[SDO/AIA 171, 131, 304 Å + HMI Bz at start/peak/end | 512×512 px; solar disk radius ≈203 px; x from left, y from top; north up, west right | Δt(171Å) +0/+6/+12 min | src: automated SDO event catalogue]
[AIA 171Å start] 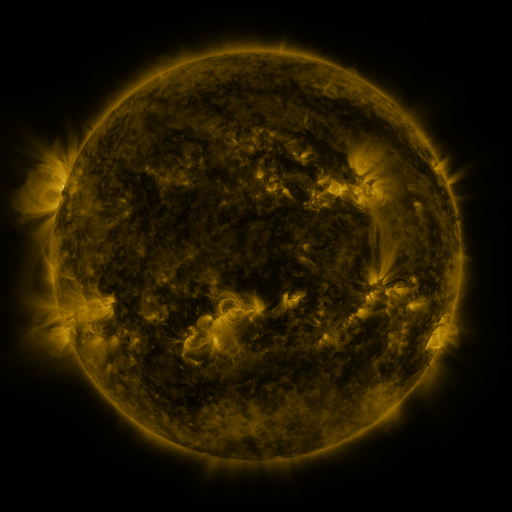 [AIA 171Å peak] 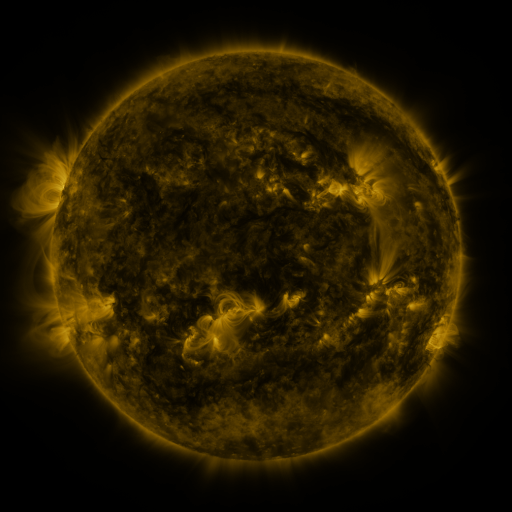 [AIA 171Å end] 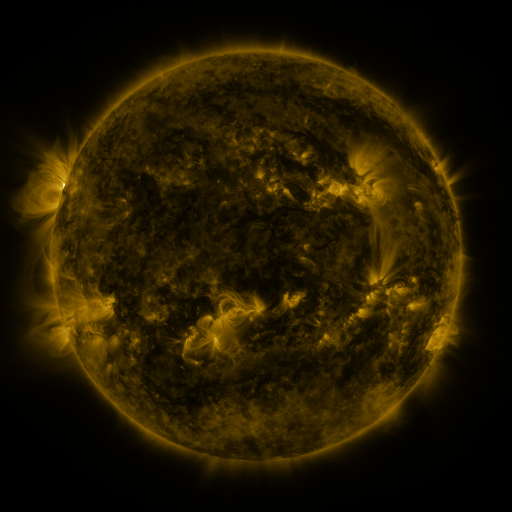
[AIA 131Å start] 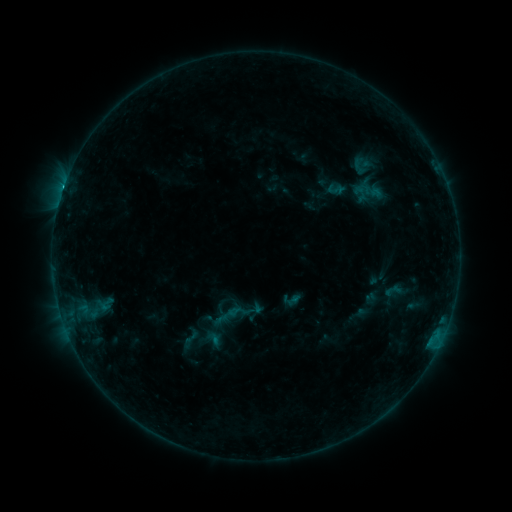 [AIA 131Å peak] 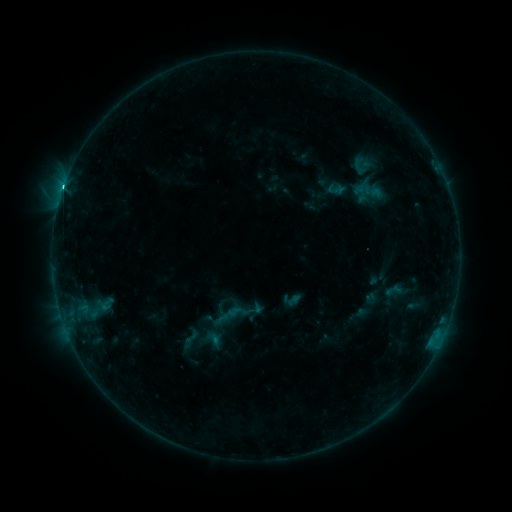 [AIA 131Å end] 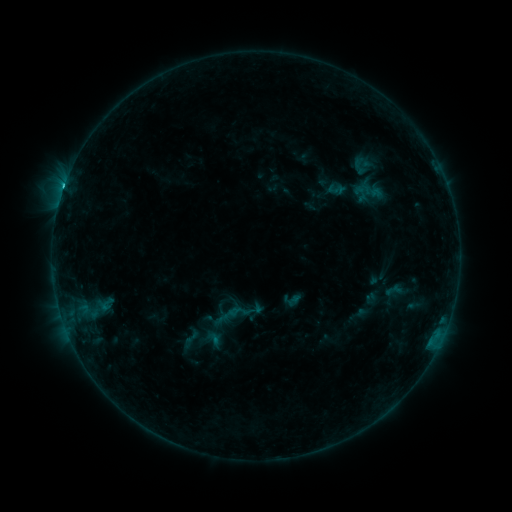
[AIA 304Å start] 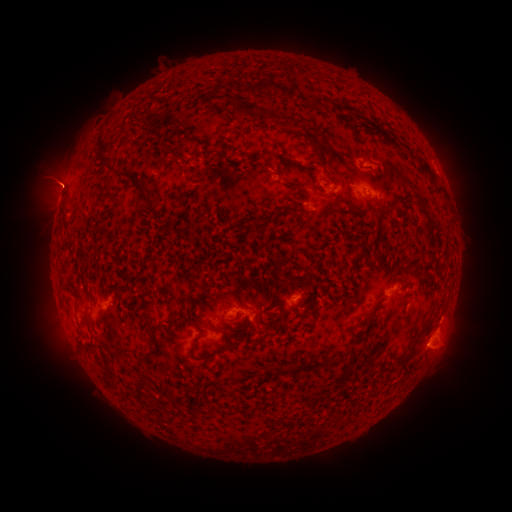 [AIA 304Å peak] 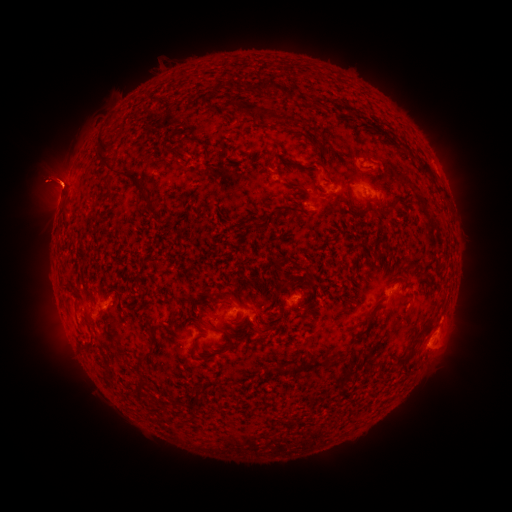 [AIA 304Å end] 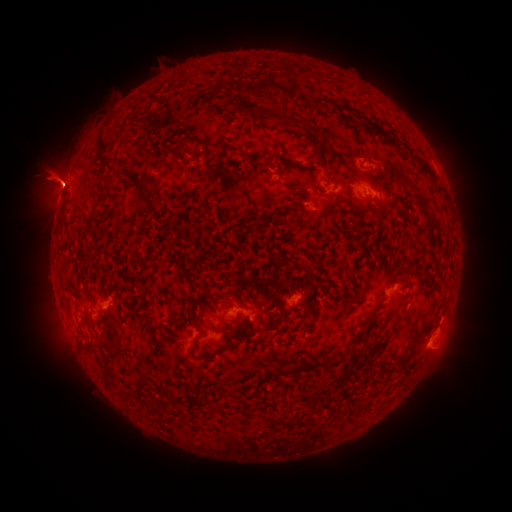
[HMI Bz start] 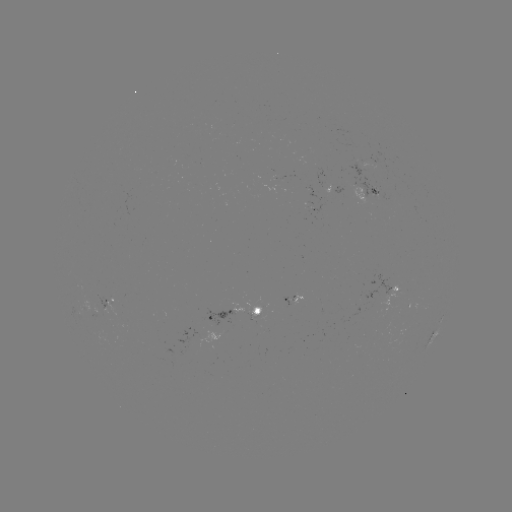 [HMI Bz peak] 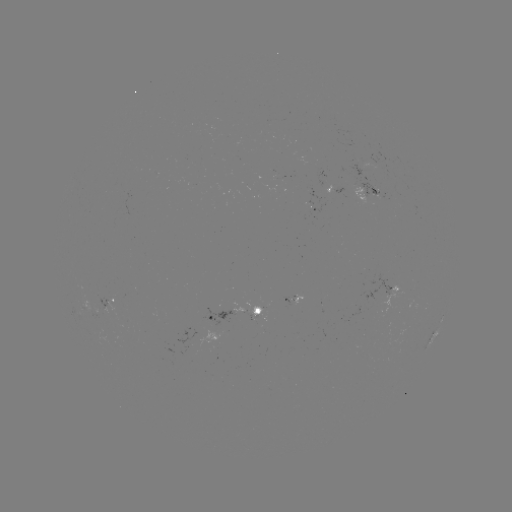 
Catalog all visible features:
C5.0 flare: (64, 189)
